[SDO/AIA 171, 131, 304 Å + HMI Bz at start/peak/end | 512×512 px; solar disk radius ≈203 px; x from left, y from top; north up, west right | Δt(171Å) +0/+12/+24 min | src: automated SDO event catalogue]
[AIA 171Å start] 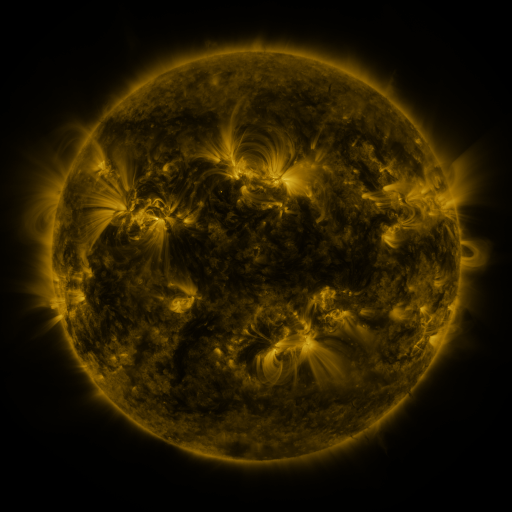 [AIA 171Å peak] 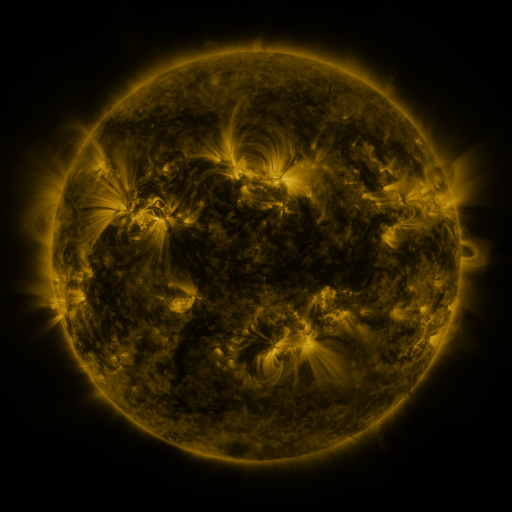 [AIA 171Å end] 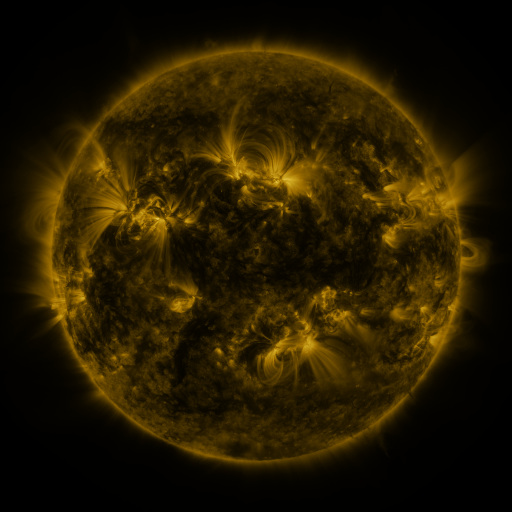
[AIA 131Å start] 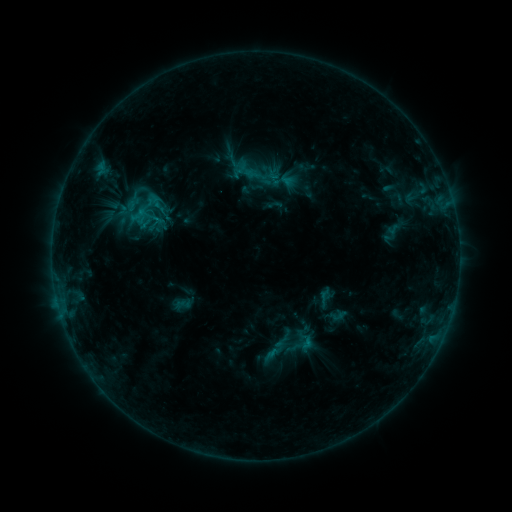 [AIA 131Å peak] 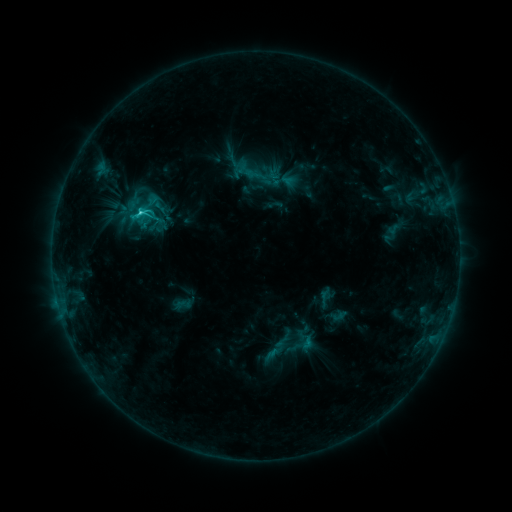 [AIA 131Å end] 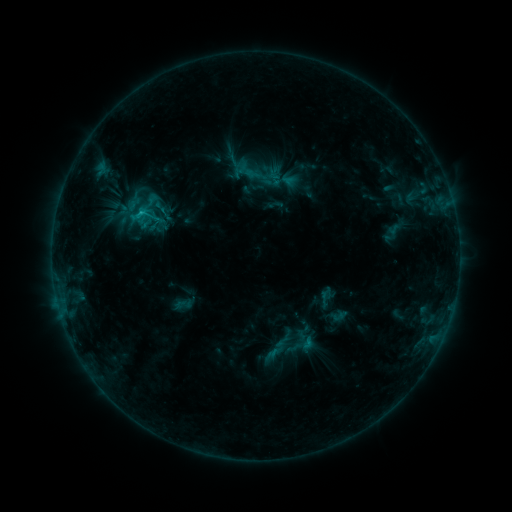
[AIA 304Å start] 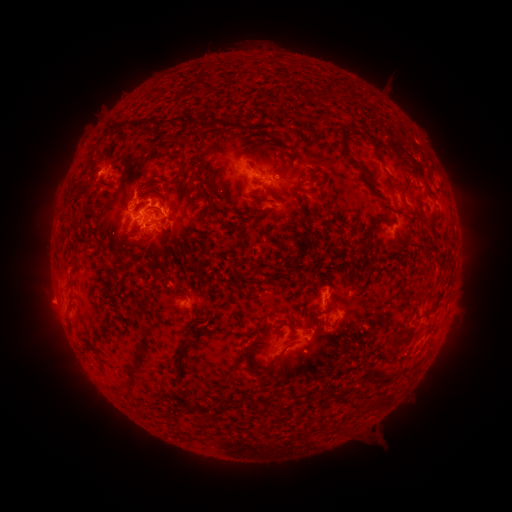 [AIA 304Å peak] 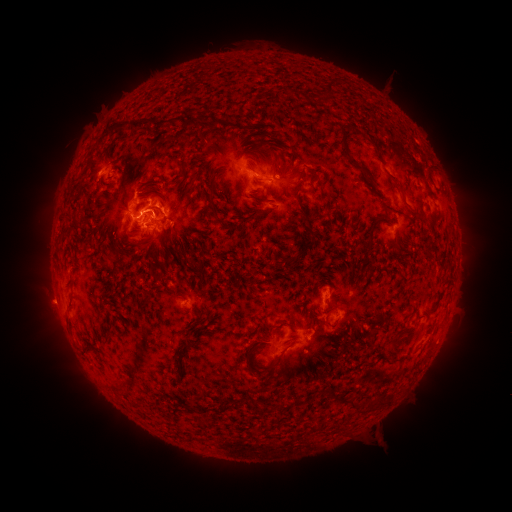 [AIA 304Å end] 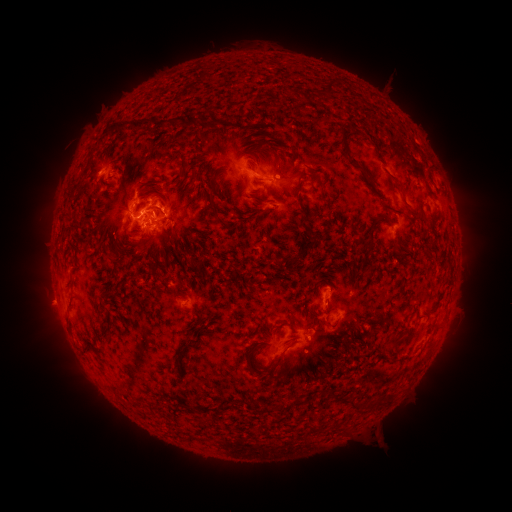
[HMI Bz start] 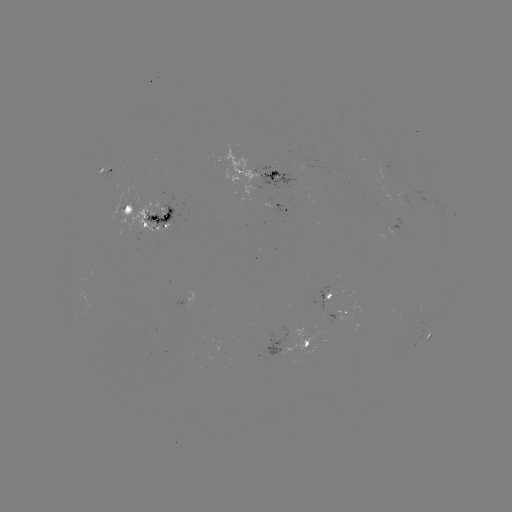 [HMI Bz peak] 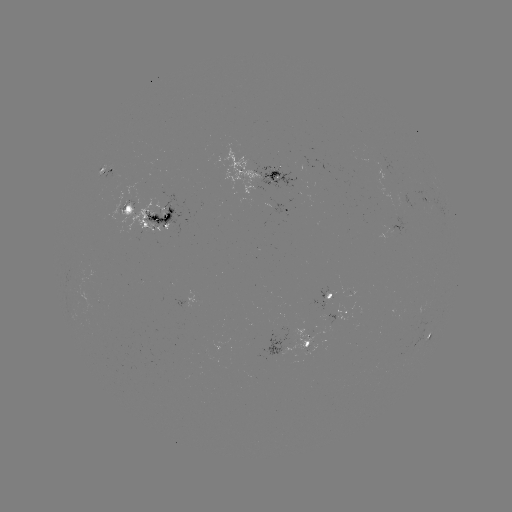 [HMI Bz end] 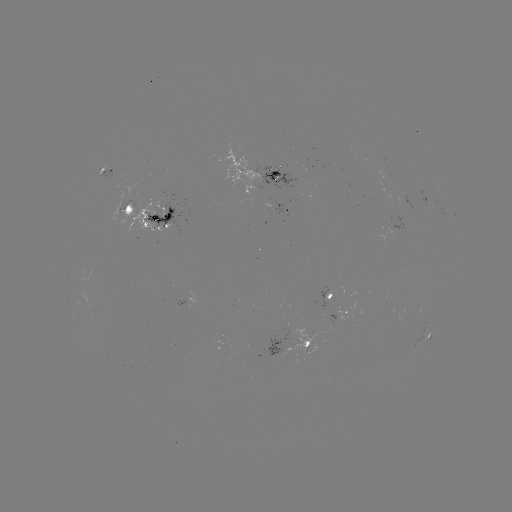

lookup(C2.7 flare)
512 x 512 [143, 215]